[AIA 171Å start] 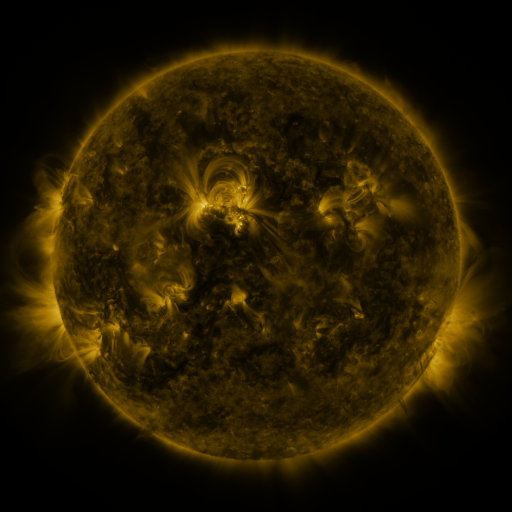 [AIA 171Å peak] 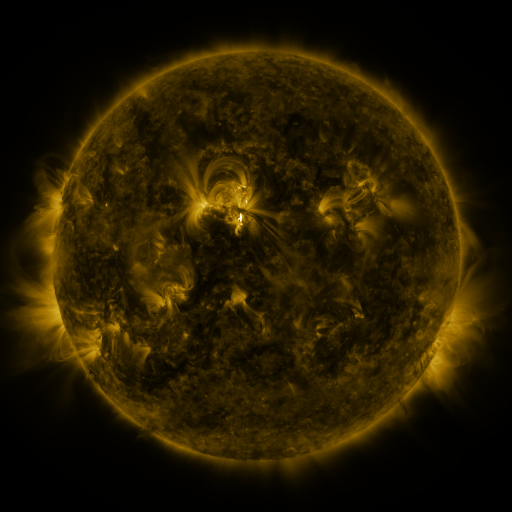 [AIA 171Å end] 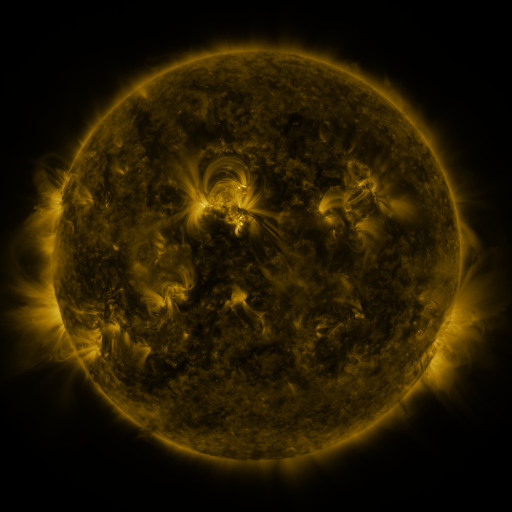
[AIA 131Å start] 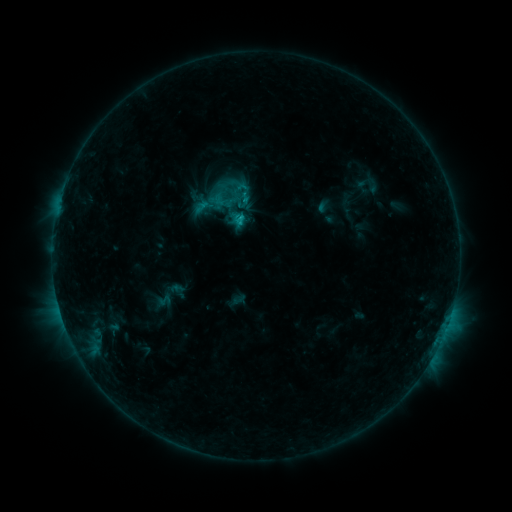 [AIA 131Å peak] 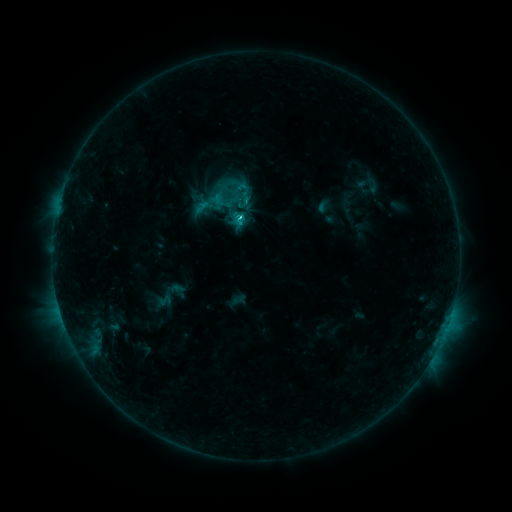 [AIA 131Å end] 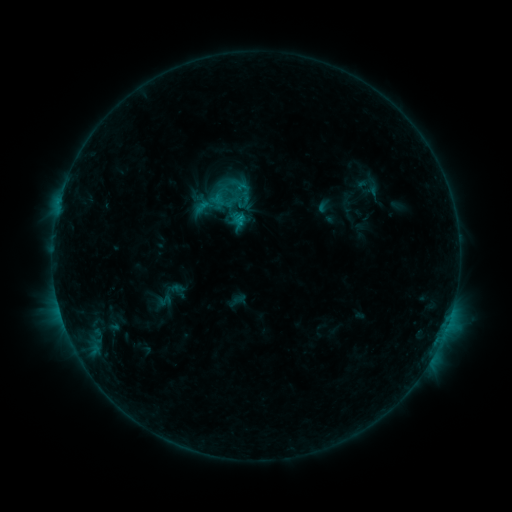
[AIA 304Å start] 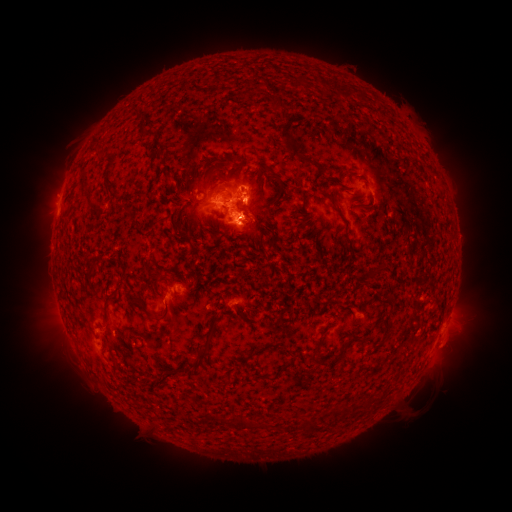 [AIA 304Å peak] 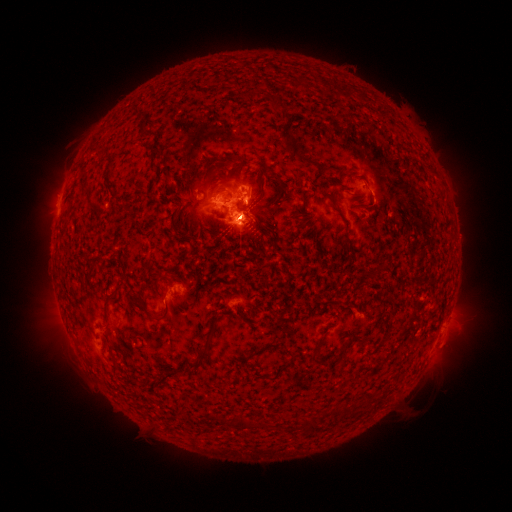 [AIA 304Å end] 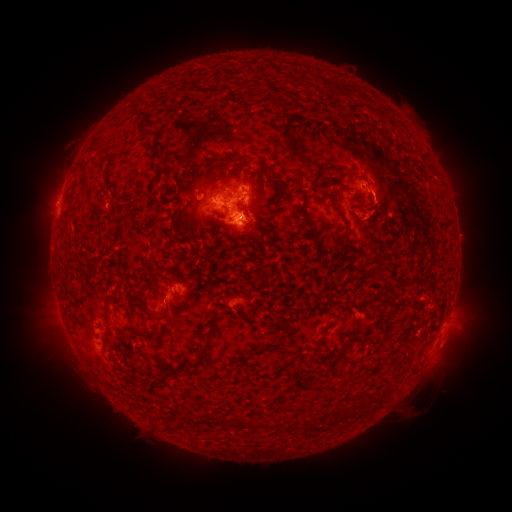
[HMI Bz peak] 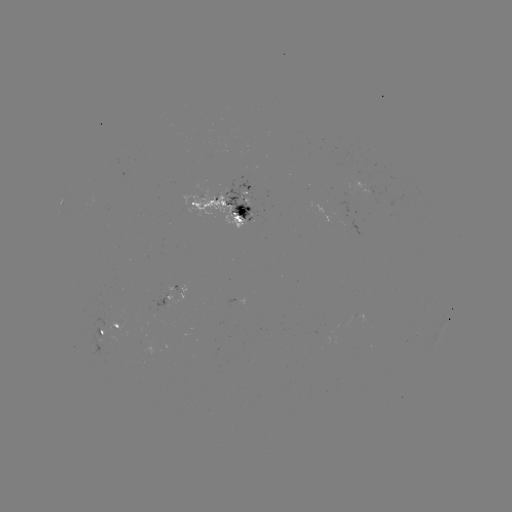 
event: eruption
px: (62, 171)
